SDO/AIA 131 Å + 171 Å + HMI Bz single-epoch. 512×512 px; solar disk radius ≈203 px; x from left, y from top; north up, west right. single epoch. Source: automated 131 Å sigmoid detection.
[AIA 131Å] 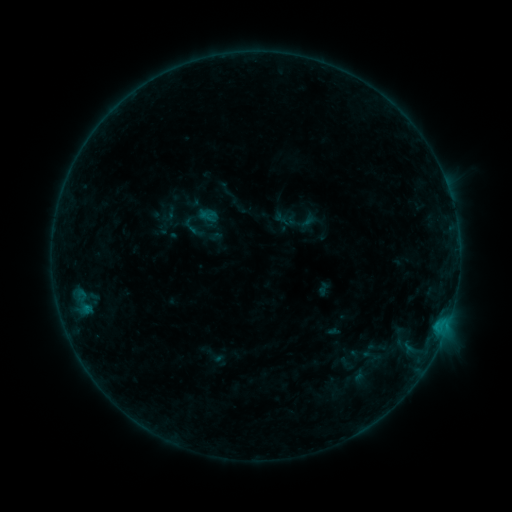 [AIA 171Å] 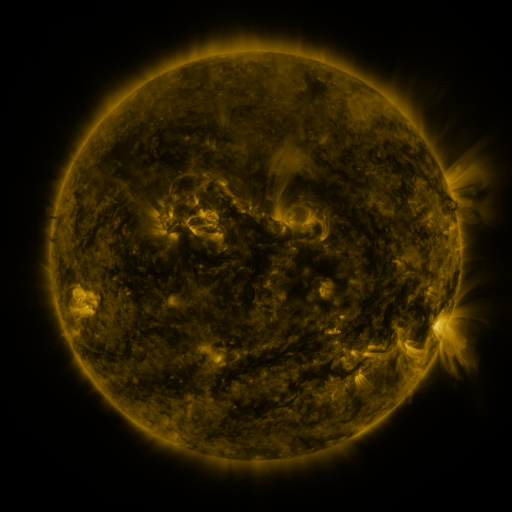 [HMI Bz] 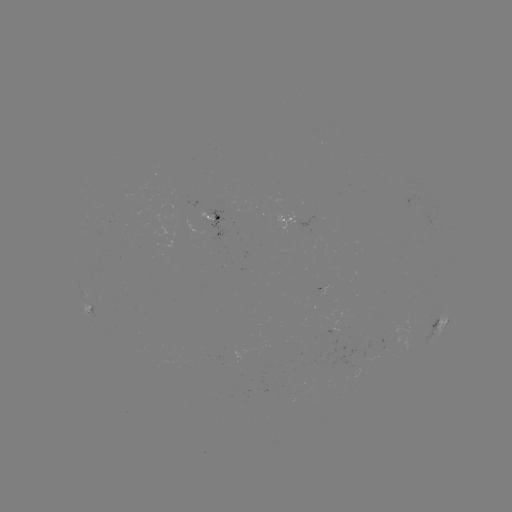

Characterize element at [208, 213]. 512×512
sigmoid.